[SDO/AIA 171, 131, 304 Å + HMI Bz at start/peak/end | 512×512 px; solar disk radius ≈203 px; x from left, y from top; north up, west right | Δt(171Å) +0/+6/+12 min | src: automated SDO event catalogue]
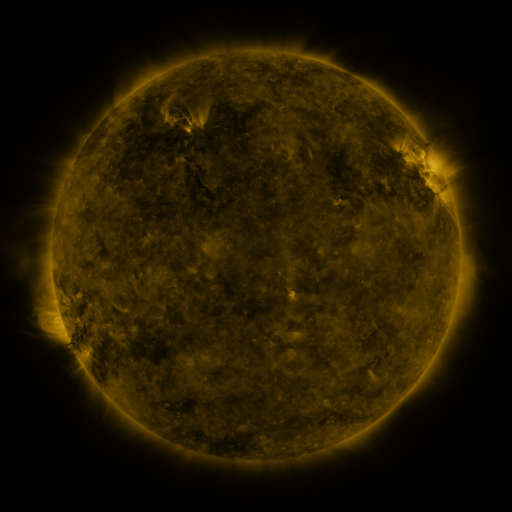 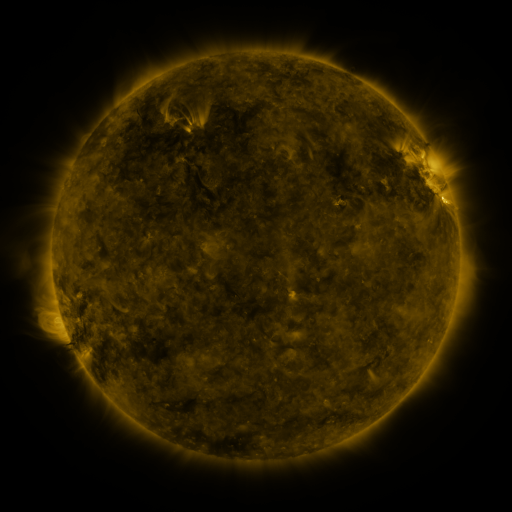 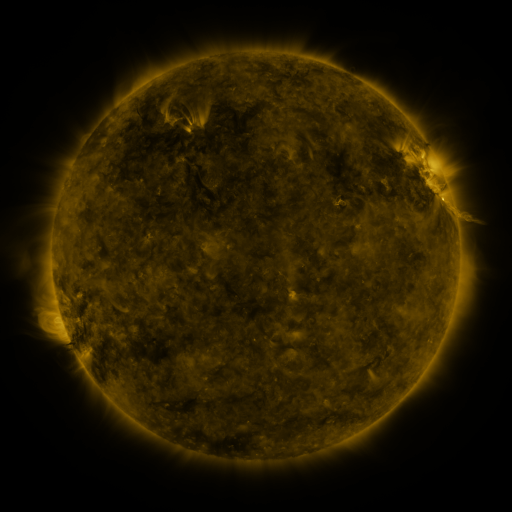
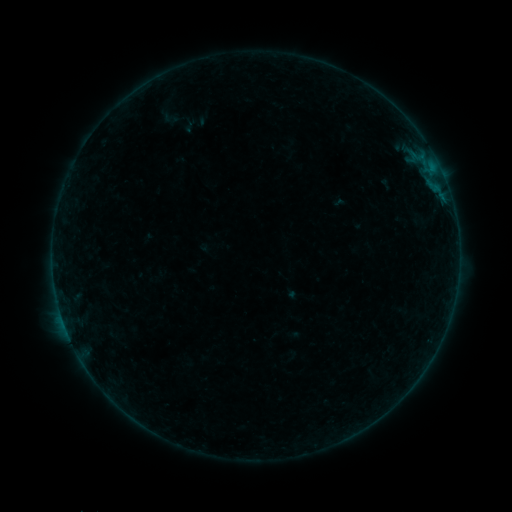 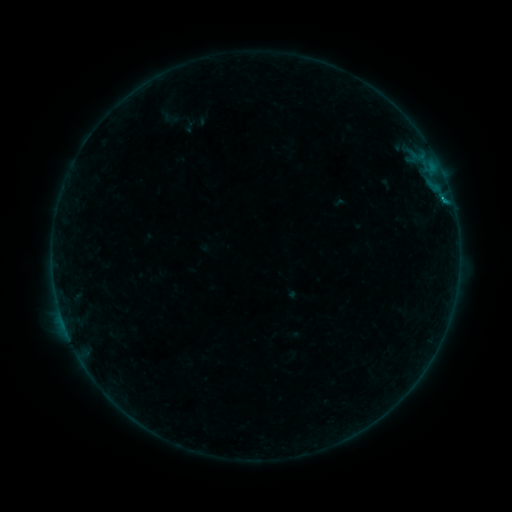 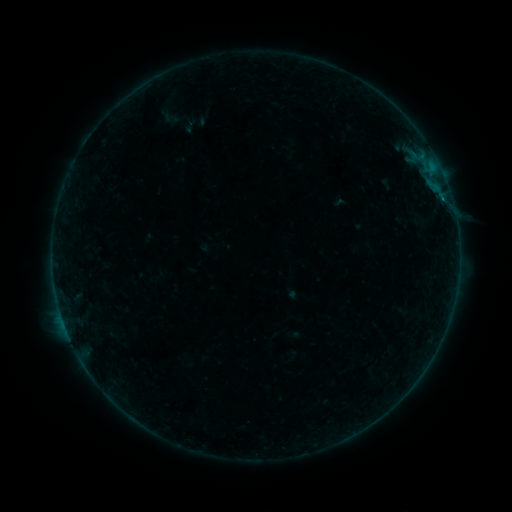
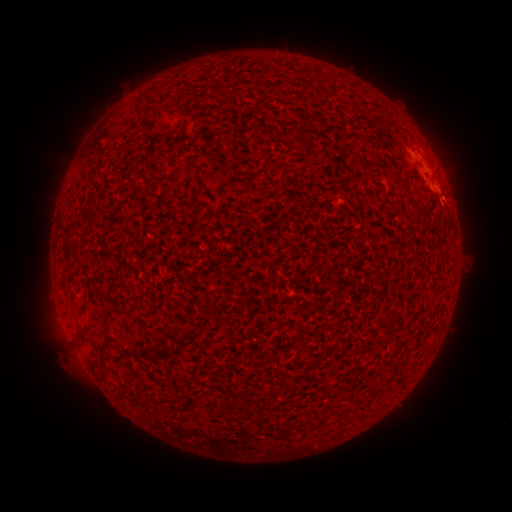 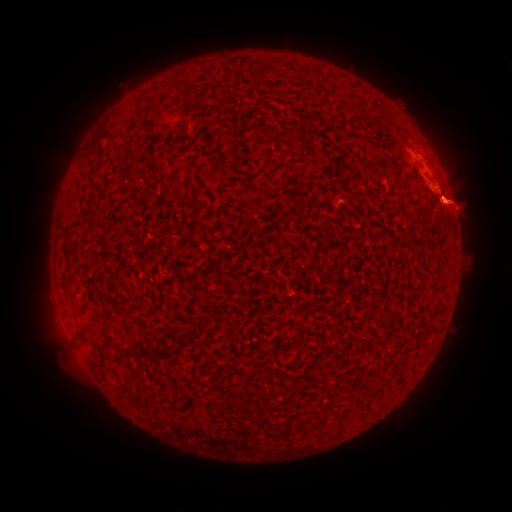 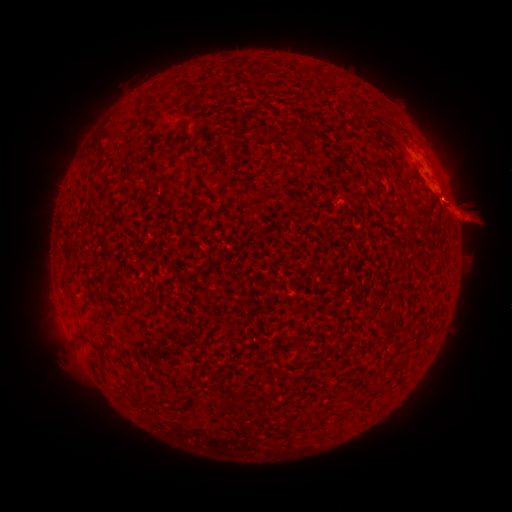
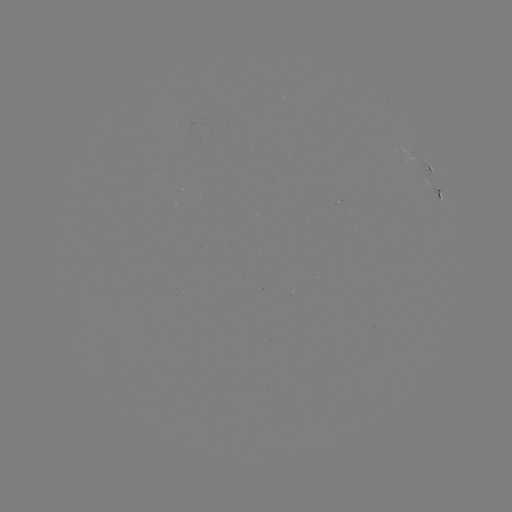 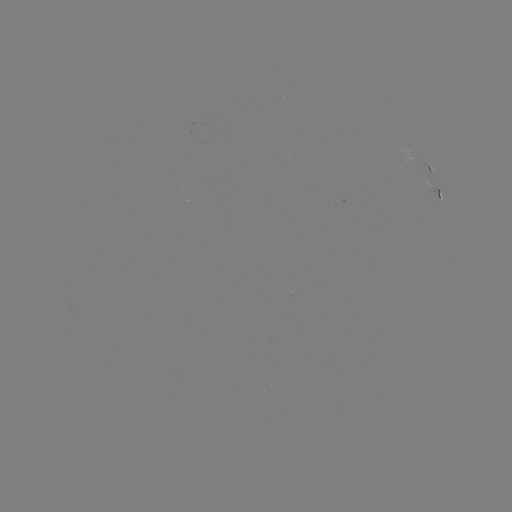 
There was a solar flare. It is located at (443, 201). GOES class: B2.0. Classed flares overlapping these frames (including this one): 1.